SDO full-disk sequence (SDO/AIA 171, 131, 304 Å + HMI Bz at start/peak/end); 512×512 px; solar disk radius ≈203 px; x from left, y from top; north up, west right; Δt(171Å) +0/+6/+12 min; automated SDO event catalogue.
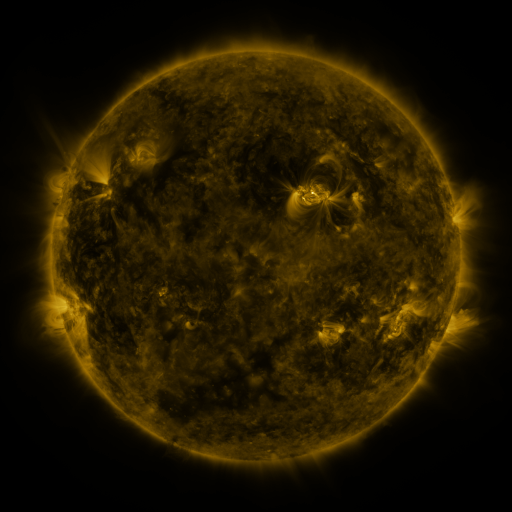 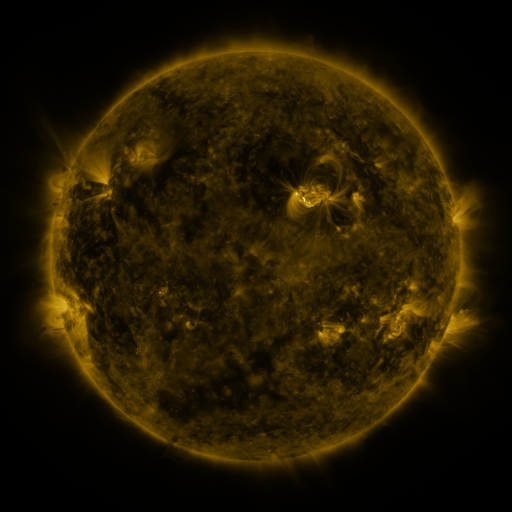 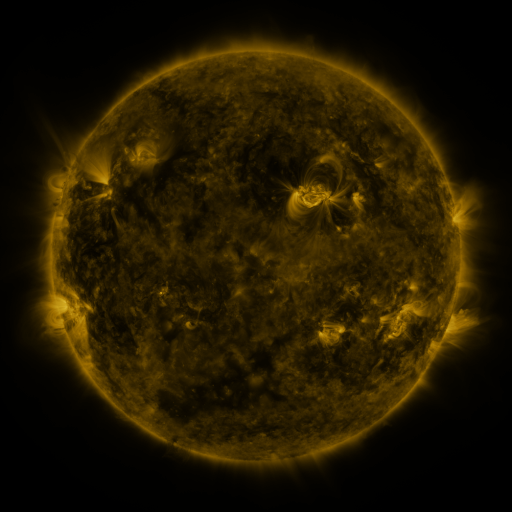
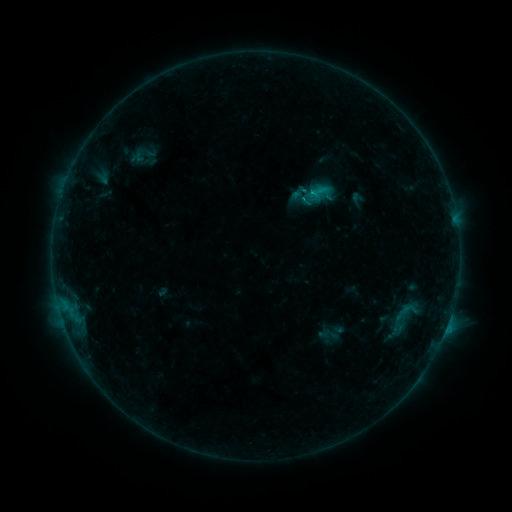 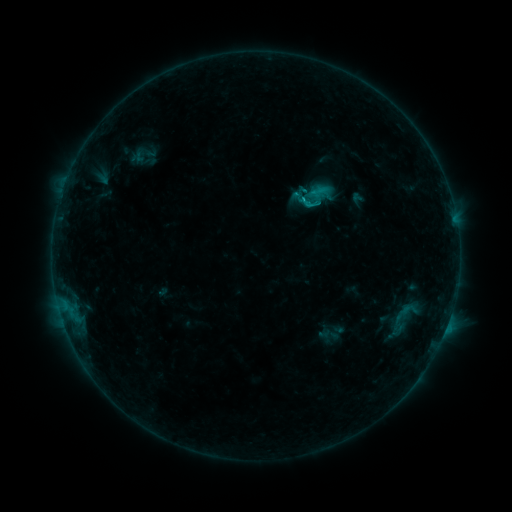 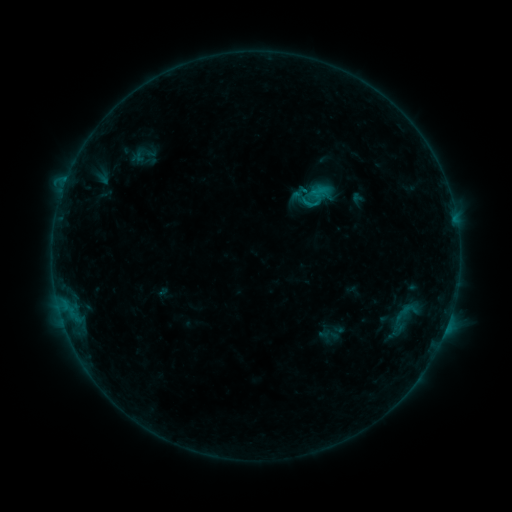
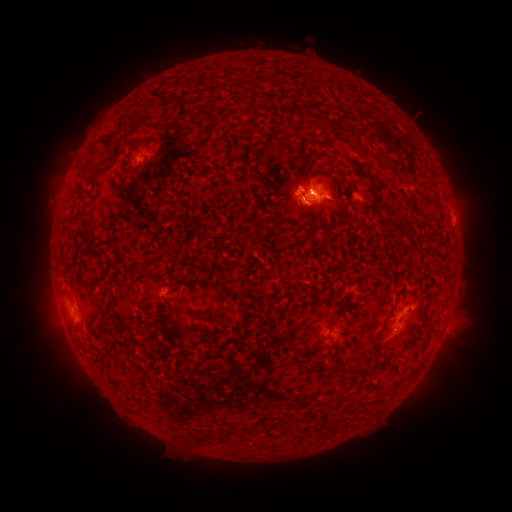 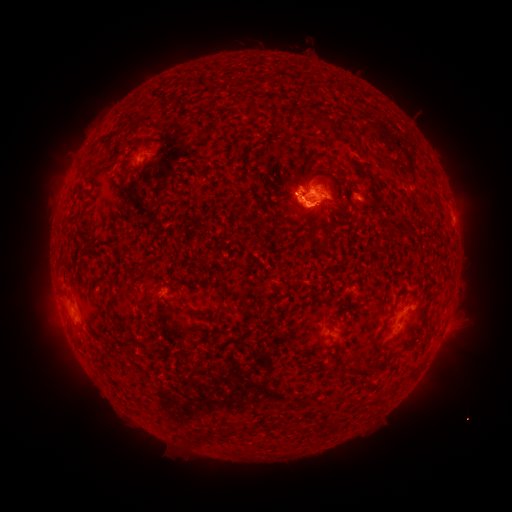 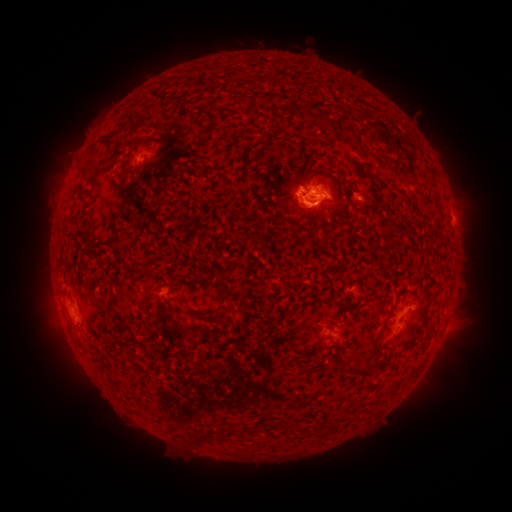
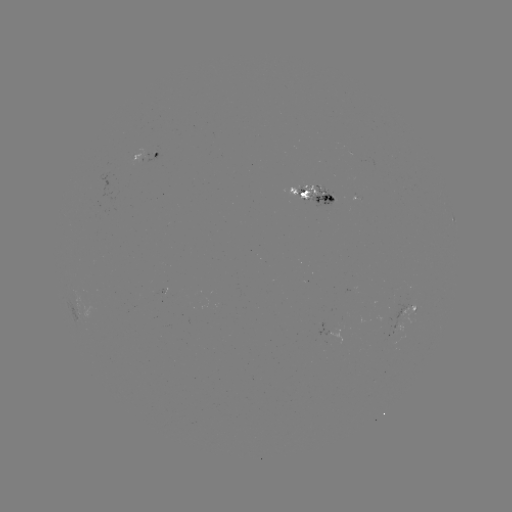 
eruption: [259, 159, 341, 240]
